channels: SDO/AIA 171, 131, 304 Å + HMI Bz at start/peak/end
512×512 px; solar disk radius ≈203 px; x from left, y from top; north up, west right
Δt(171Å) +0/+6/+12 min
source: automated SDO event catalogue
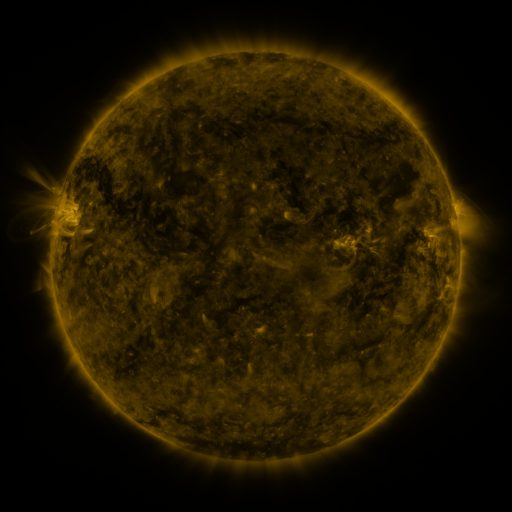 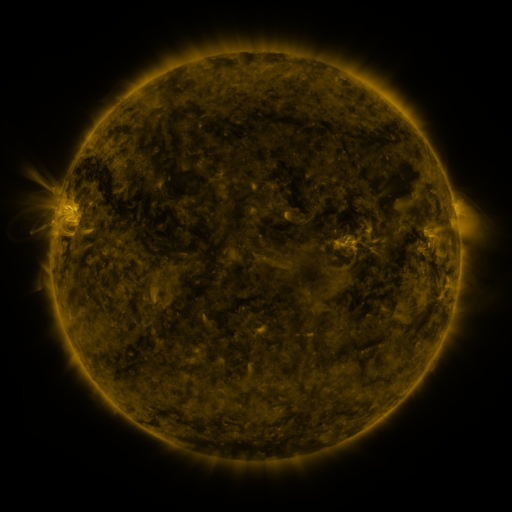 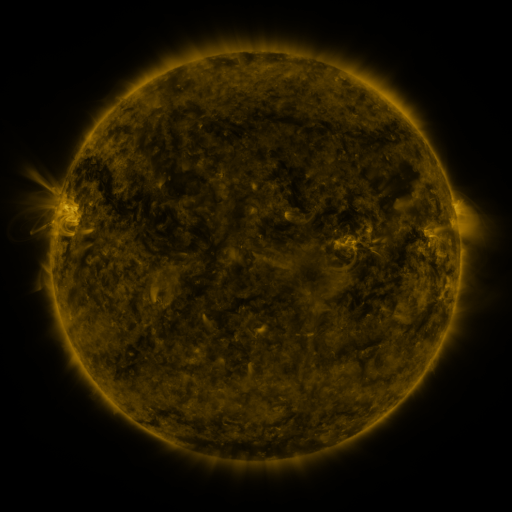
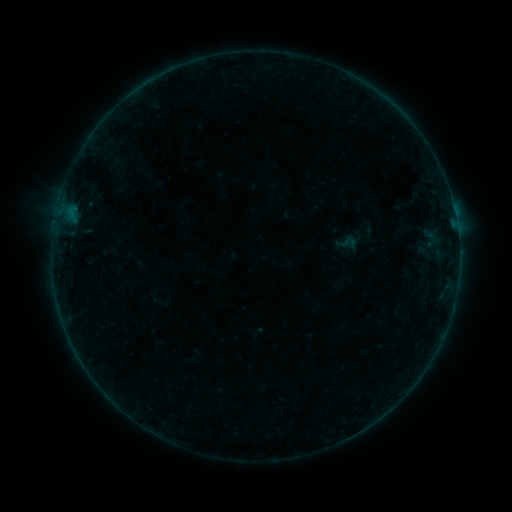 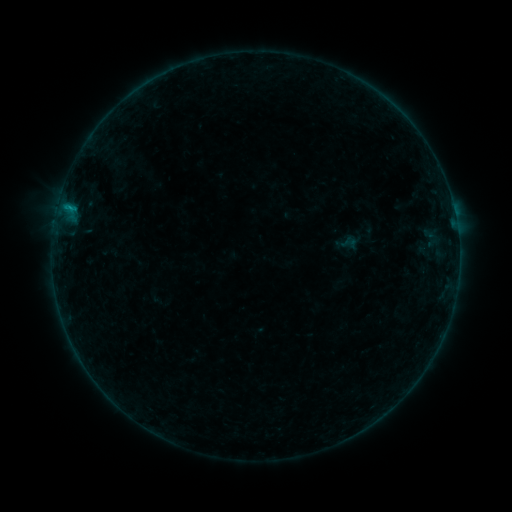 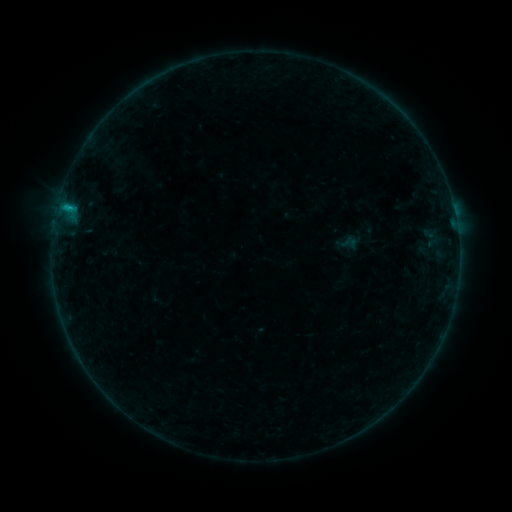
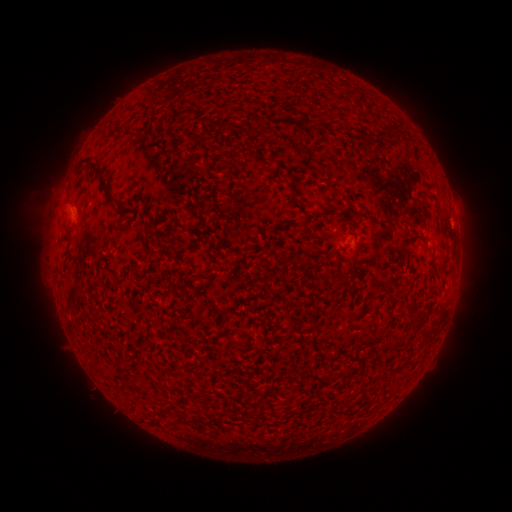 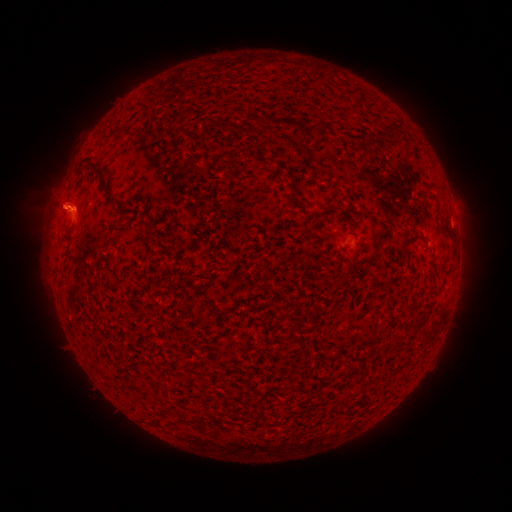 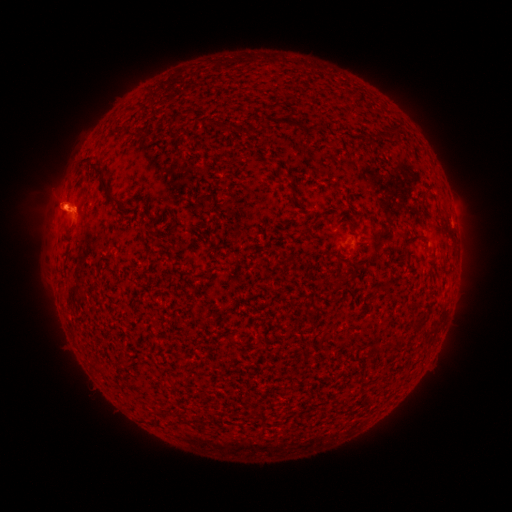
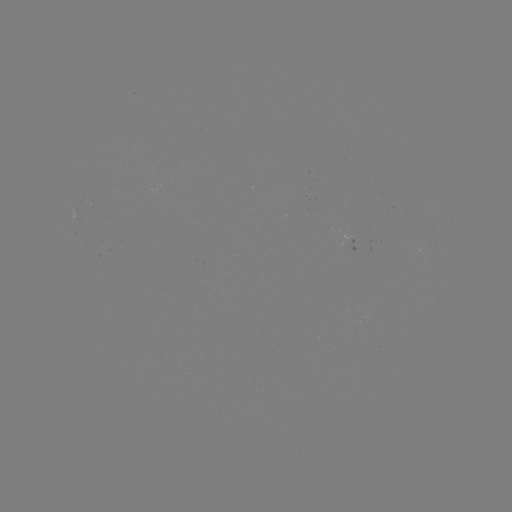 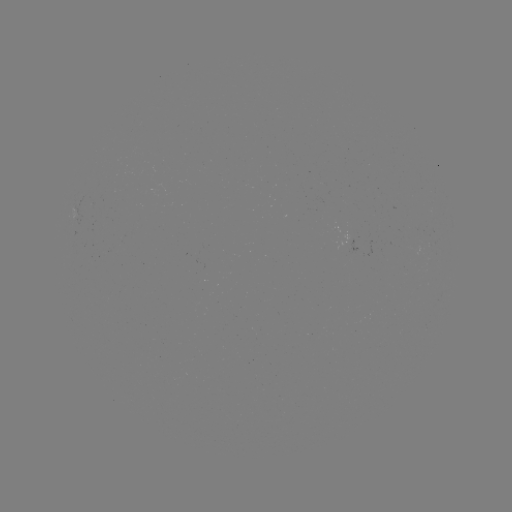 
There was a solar eruption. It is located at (54, 202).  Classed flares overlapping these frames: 1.